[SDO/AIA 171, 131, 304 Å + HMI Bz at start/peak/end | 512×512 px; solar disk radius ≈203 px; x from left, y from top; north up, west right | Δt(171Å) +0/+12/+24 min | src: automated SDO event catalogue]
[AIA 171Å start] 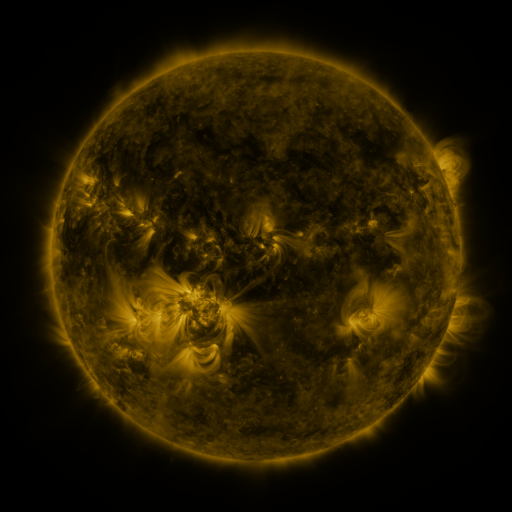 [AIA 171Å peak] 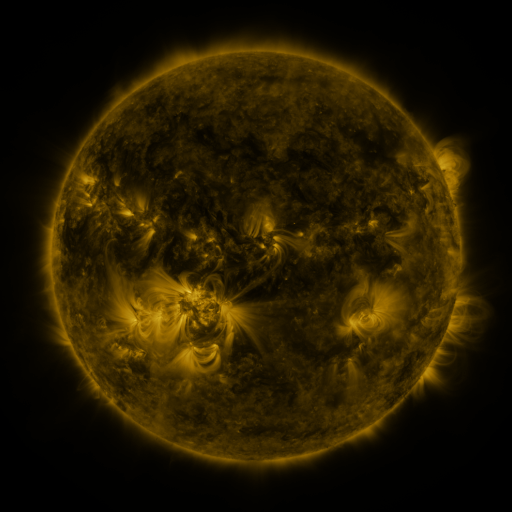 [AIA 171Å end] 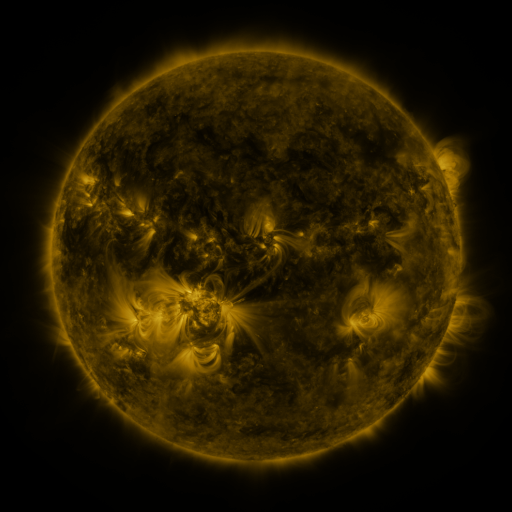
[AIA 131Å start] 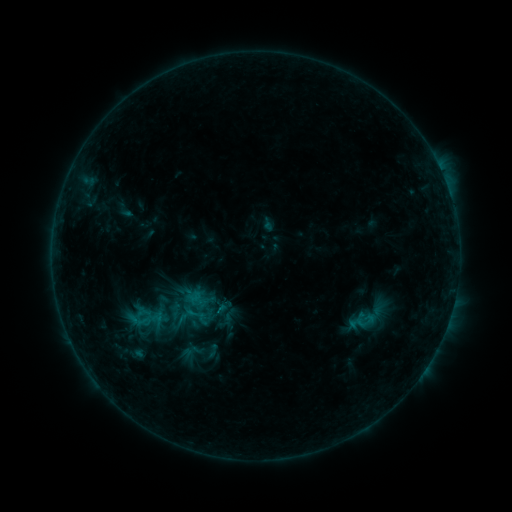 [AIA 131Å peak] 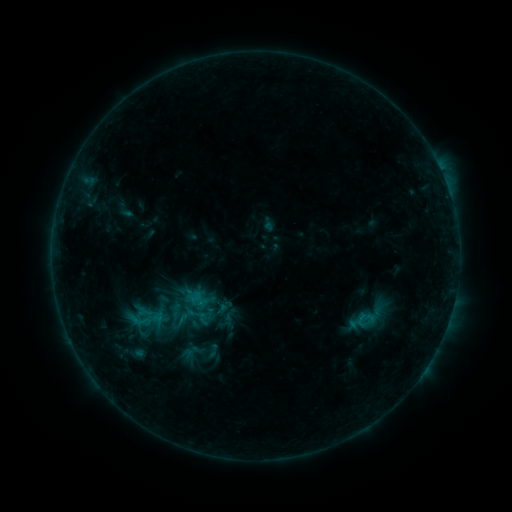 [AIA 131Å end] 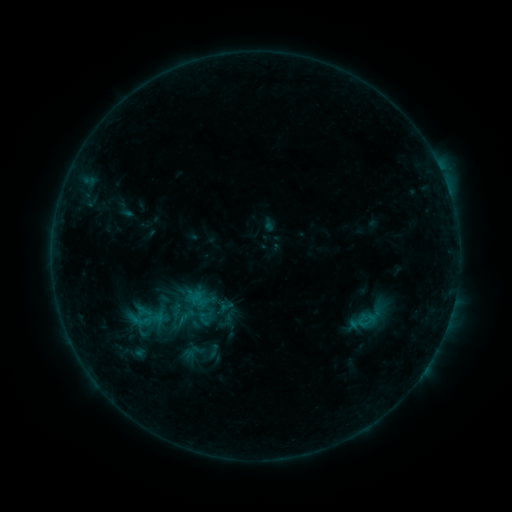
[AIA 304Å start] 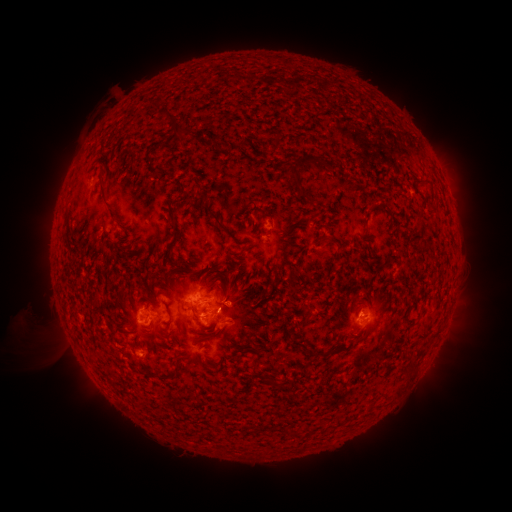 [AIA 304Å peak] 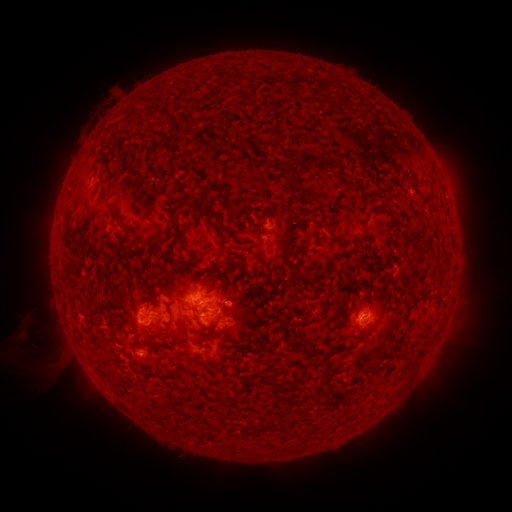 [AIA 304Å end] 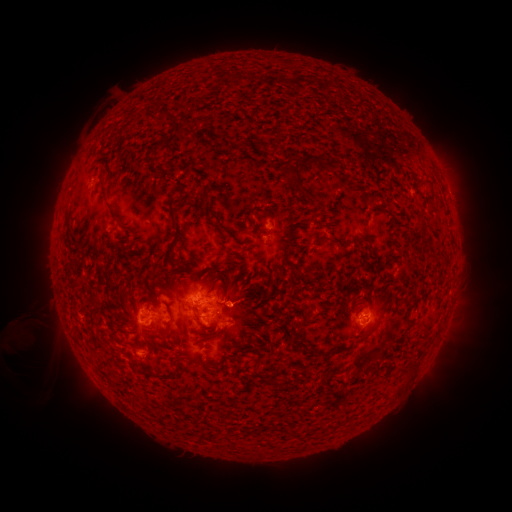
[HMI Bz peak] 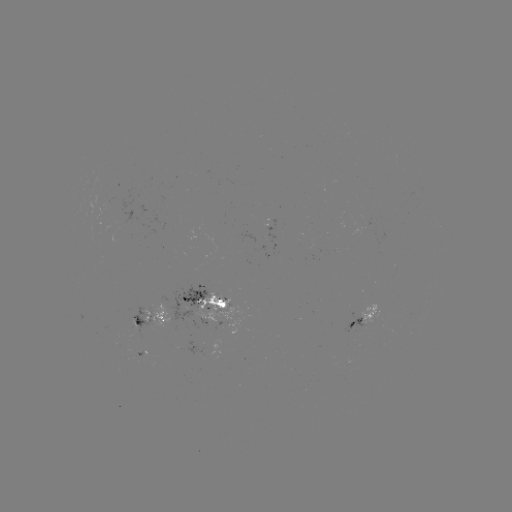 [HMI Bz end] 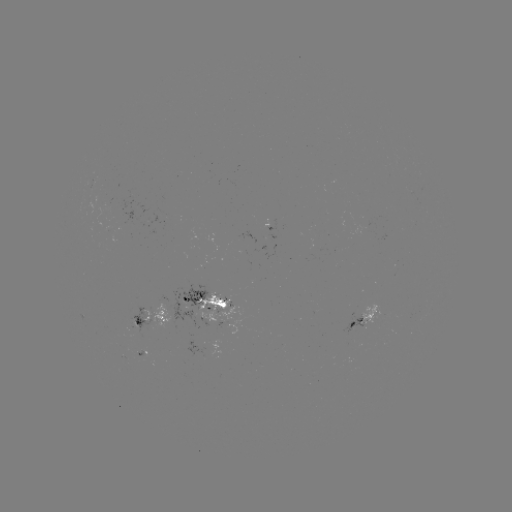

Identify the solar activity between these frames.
eruption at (52, 364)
